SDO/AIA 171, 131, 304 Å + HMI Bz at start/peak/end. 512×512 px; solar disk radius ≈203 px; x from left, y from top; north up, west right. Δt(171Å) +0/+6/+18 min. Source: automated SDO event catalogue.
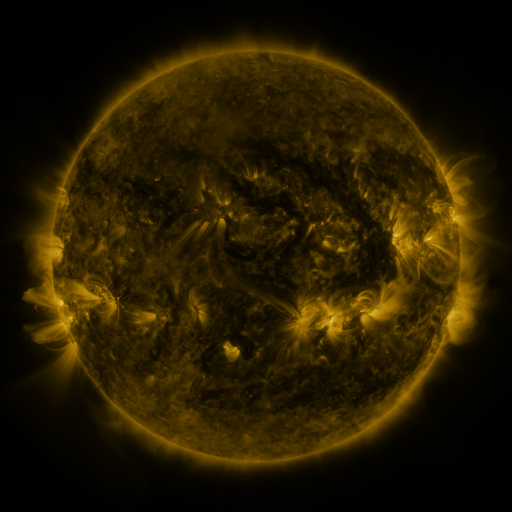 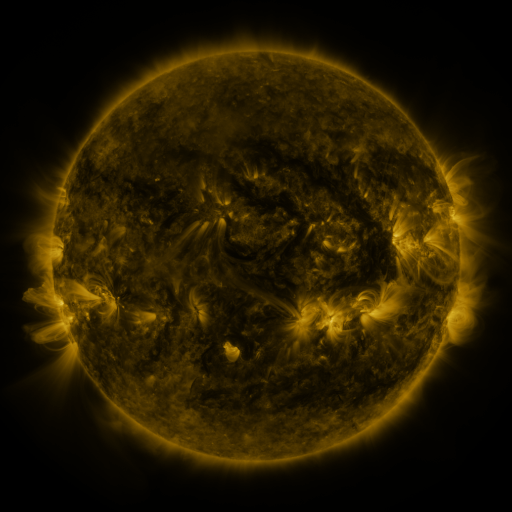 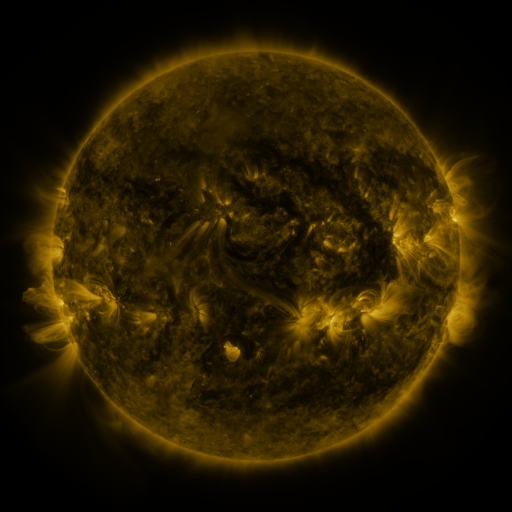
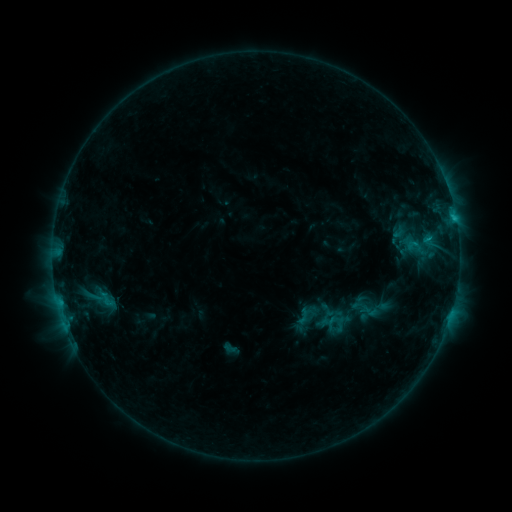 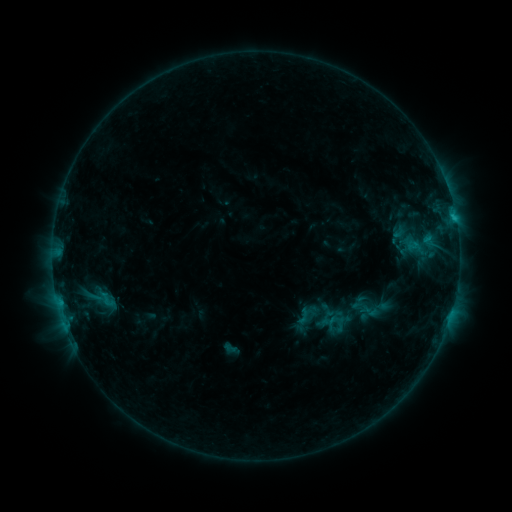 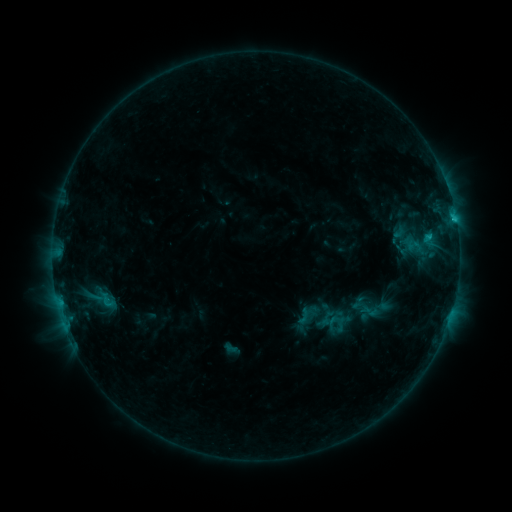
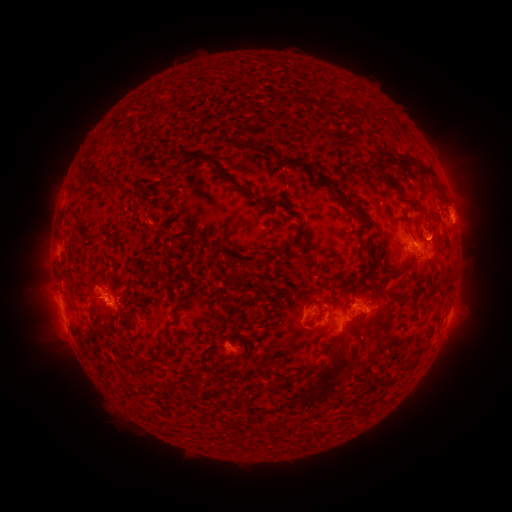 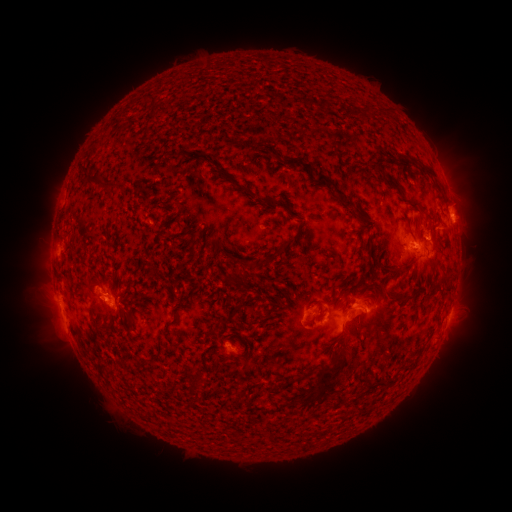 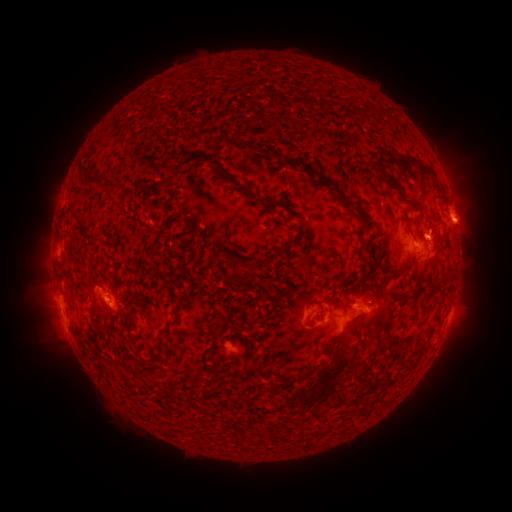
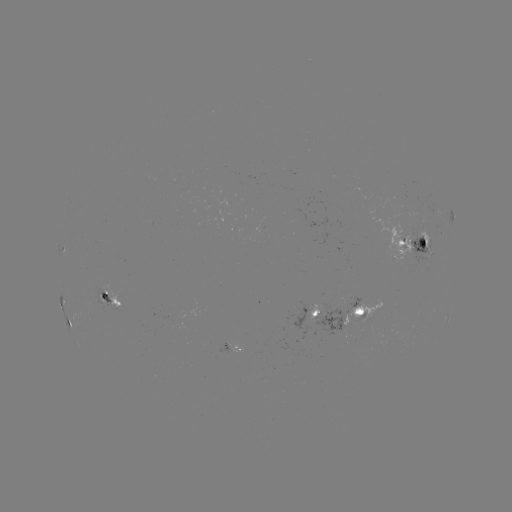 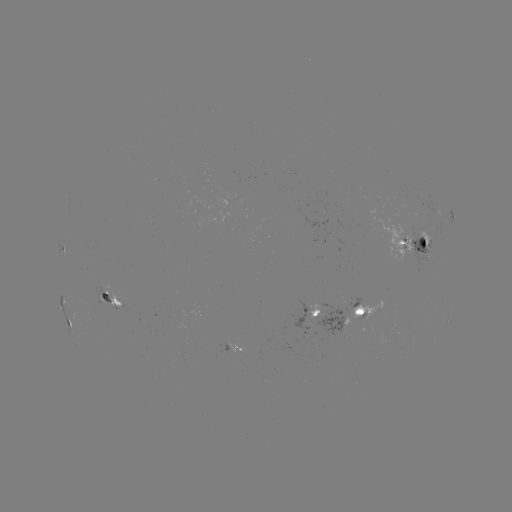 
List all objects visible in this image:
eruption: (465, 229)
